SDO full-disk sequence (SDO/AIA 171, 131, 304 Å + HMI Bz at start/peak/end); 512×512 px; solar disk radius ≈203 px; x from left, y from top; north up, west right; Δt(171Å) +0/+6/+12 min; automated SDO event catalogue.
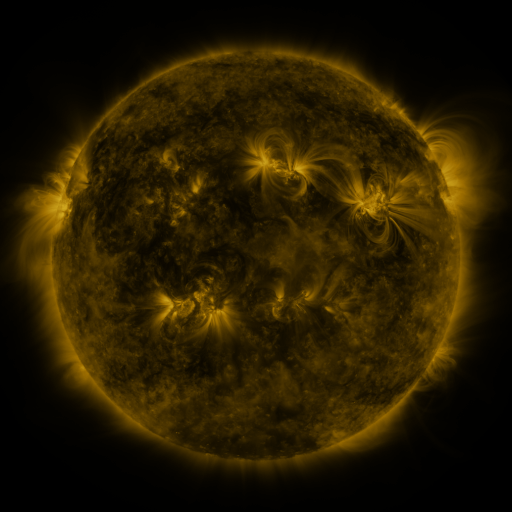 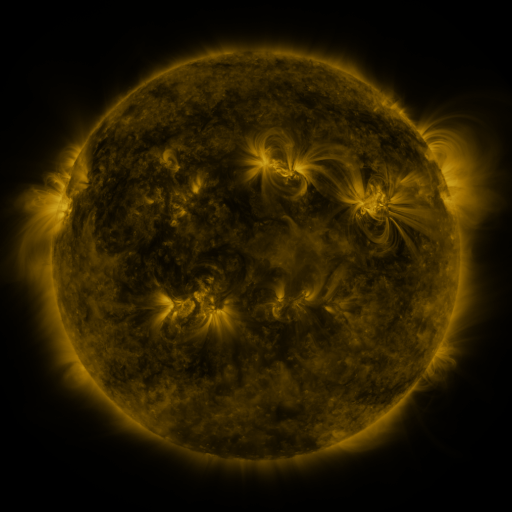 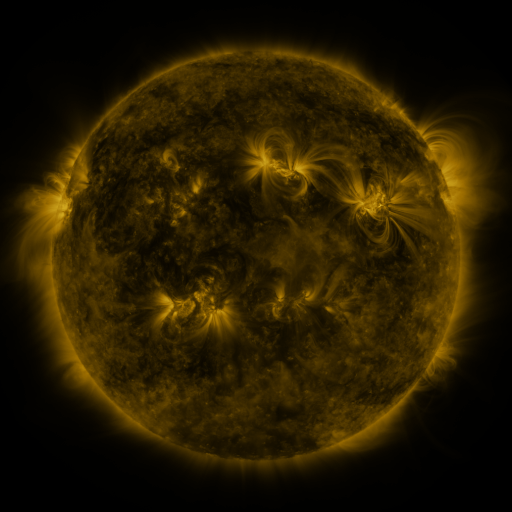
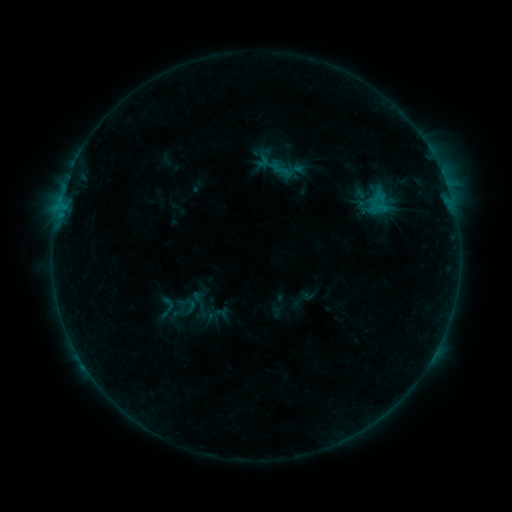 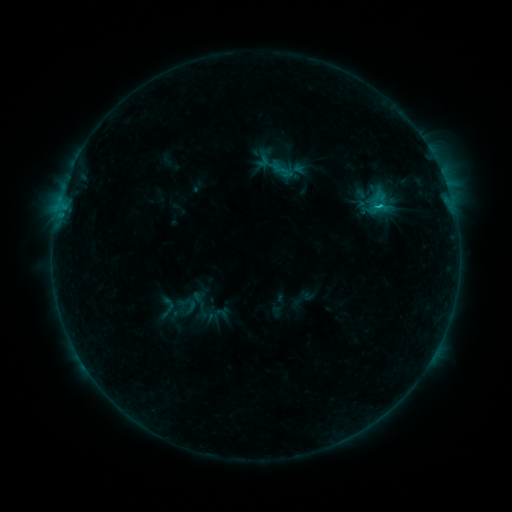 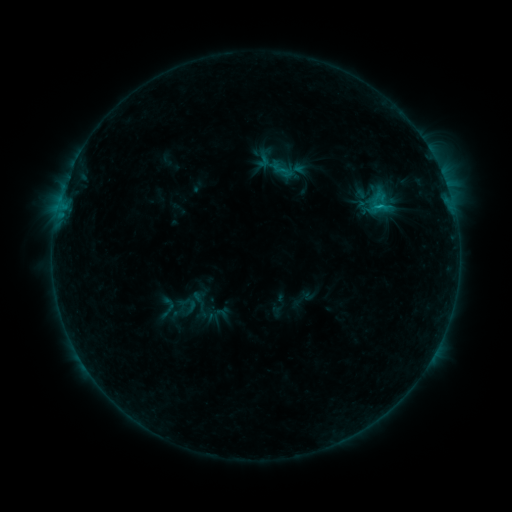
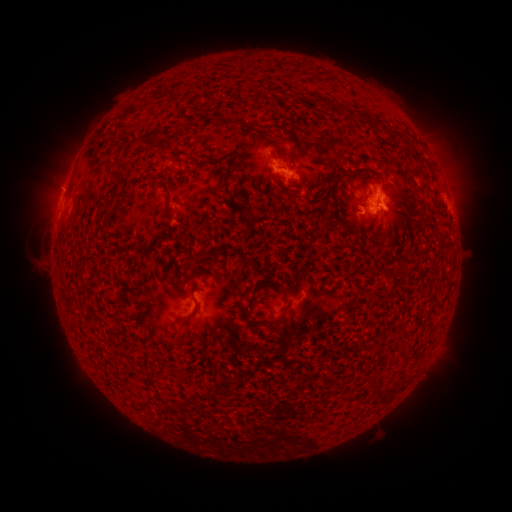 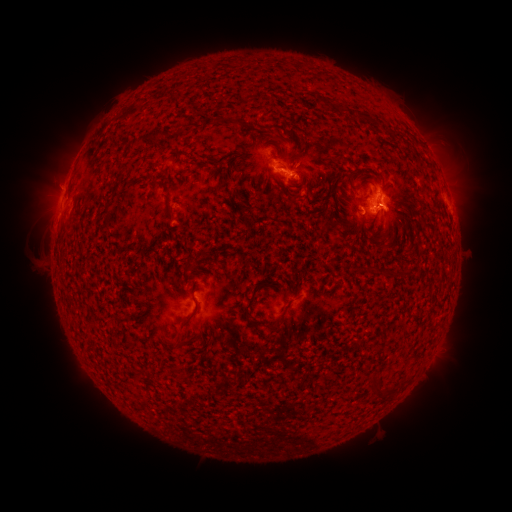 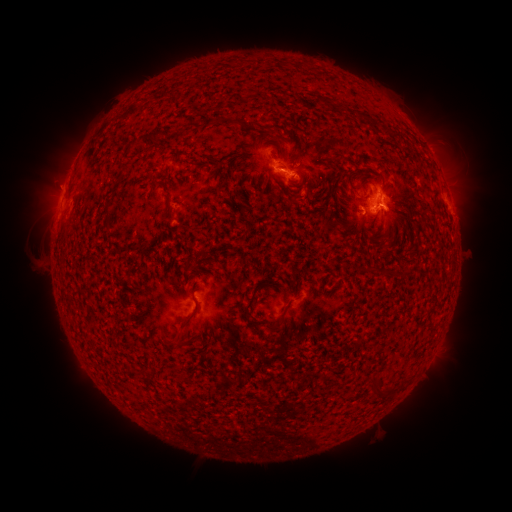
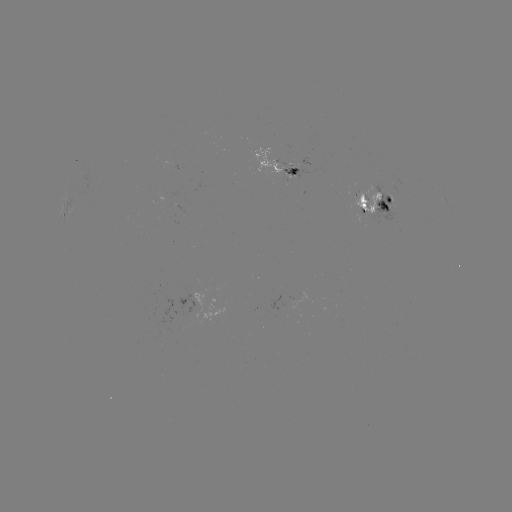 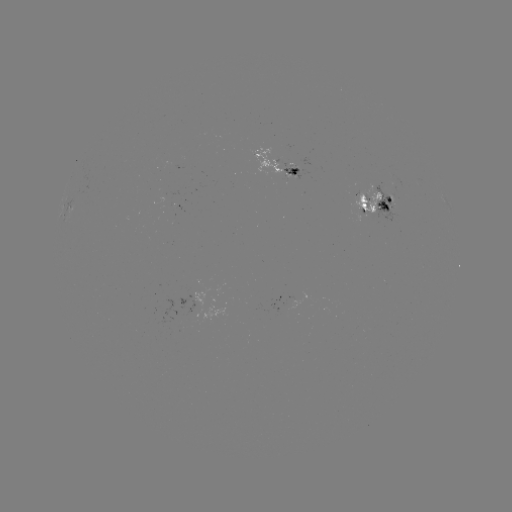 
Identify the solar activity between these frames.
C1.0 flare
